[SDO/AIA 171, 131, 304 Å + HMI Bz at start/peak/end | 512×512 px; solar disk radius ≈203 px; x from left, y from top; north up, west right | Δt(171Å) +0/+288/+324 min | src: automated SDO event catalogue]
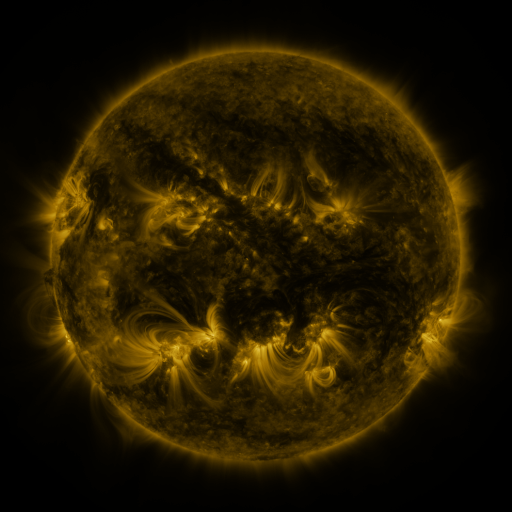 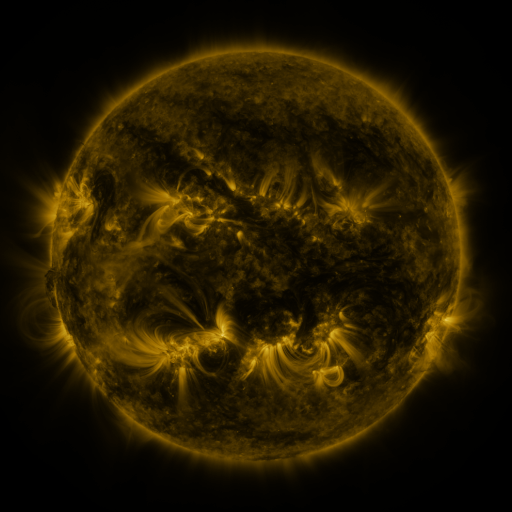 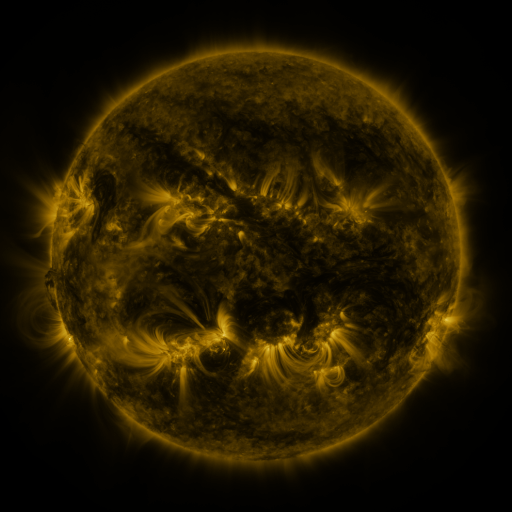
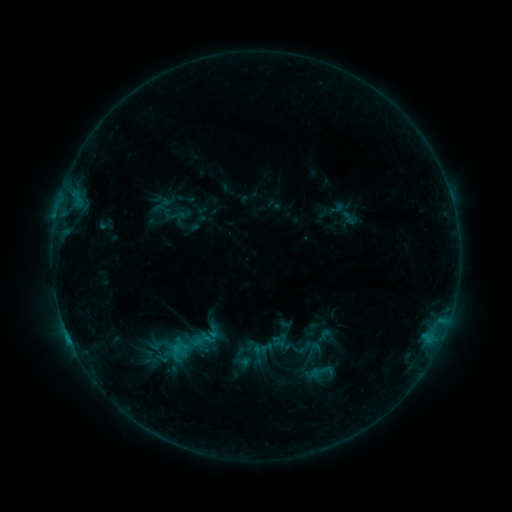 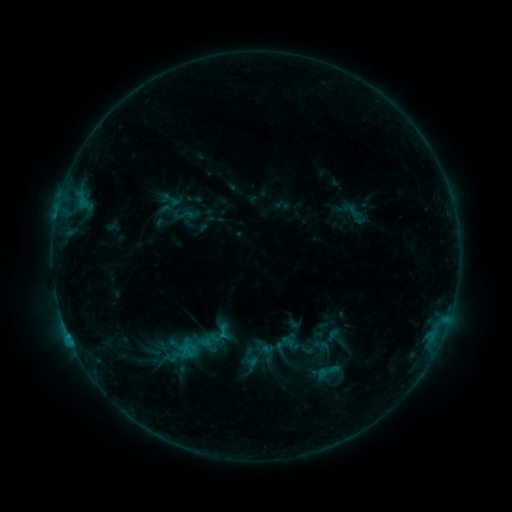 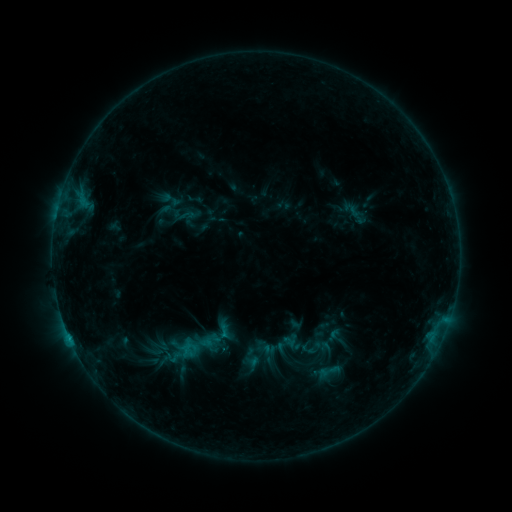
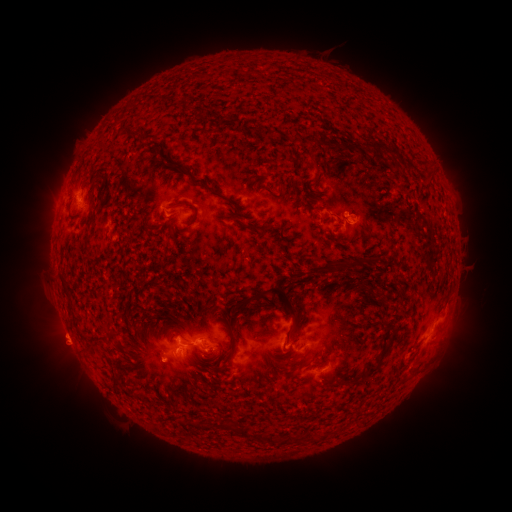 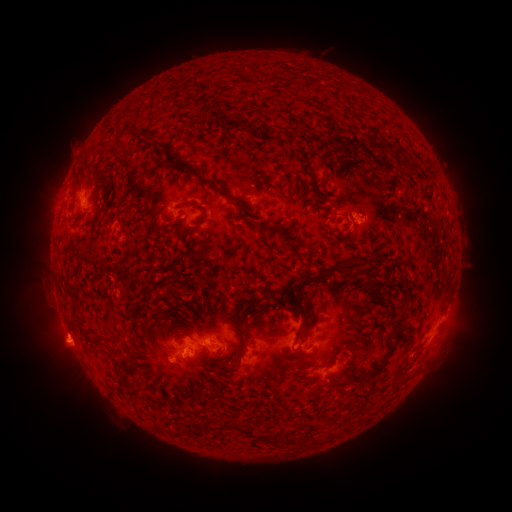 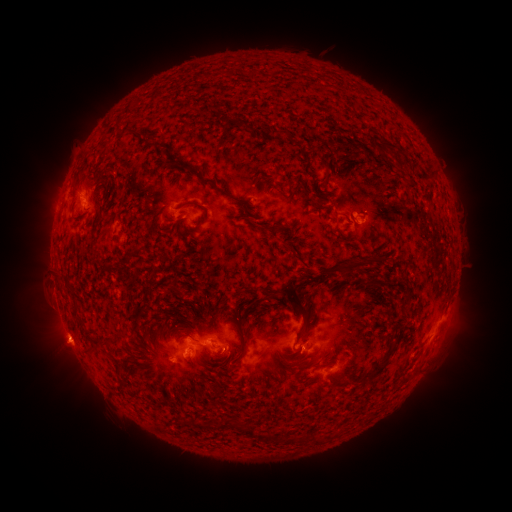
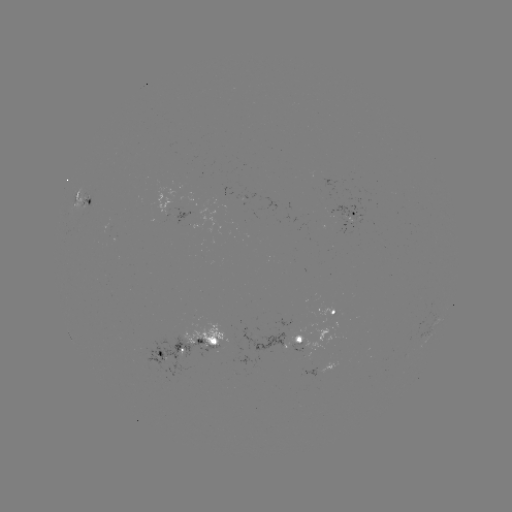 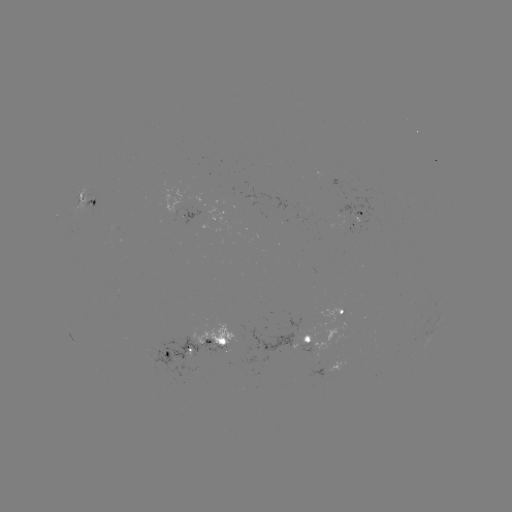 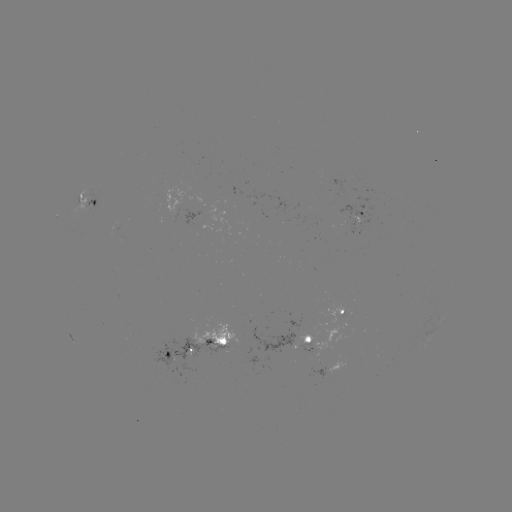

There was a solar emerging-flux region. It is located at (186, 215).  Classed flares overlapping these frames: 2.